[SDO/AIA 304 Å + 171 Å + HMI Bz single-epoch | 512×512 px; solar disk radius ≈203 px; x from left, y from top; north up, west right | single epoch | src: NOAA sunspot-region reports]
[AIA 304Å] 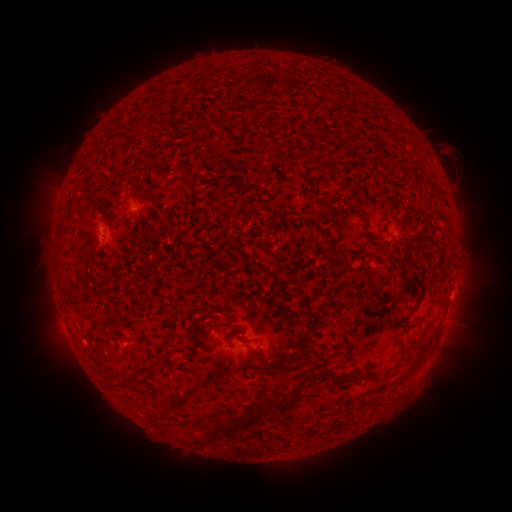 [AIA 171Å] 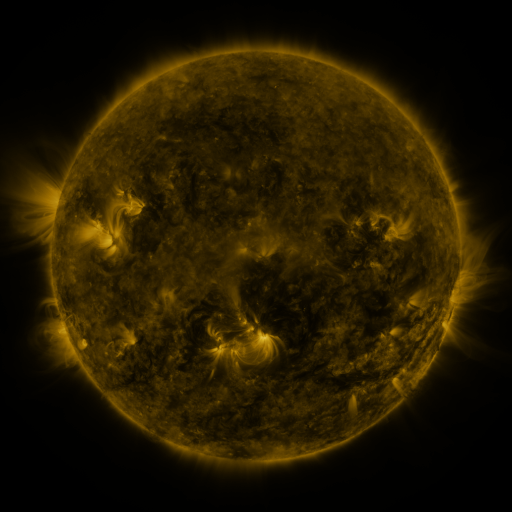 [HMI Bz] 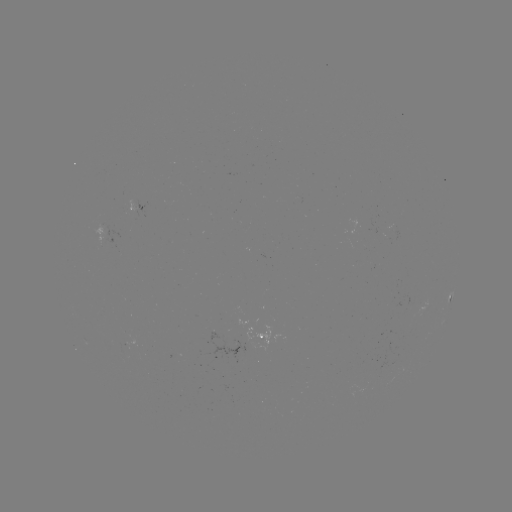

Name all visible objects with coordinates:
spotted active region: (106, 237)
spotted active region: (449, 304)
spotted active region: (259, 335)
